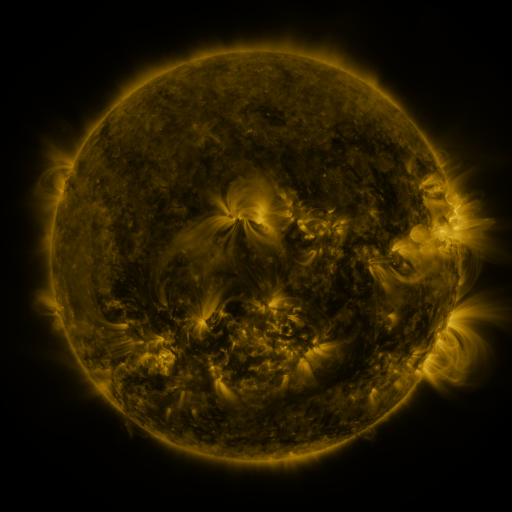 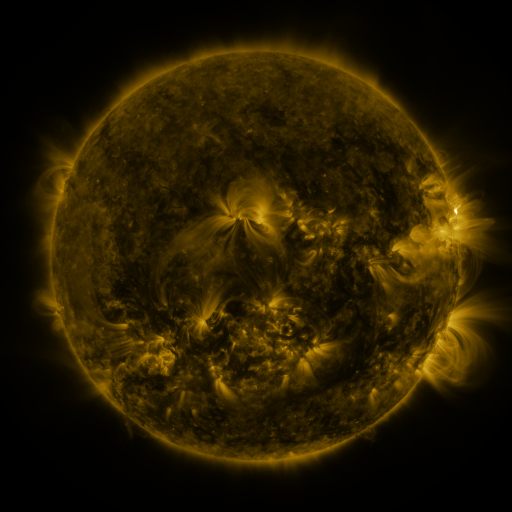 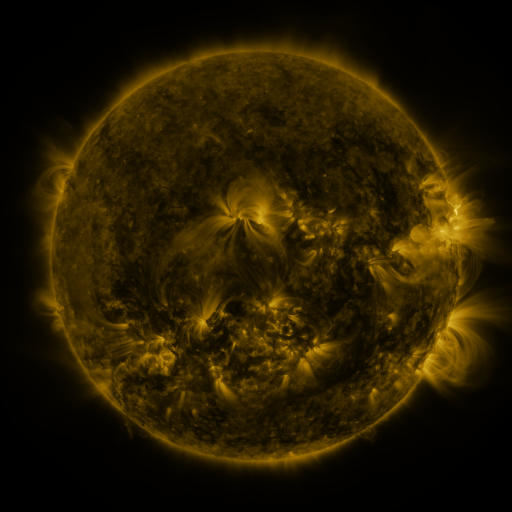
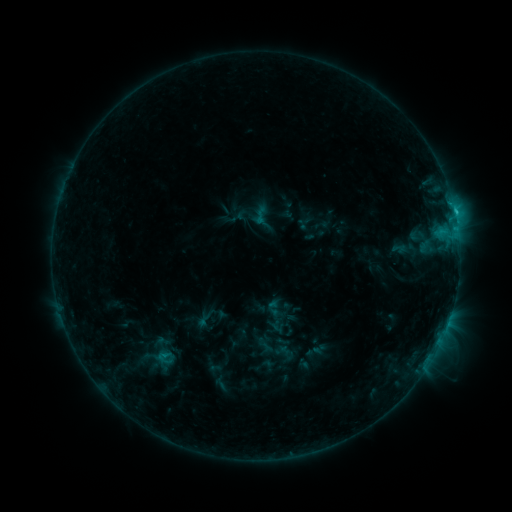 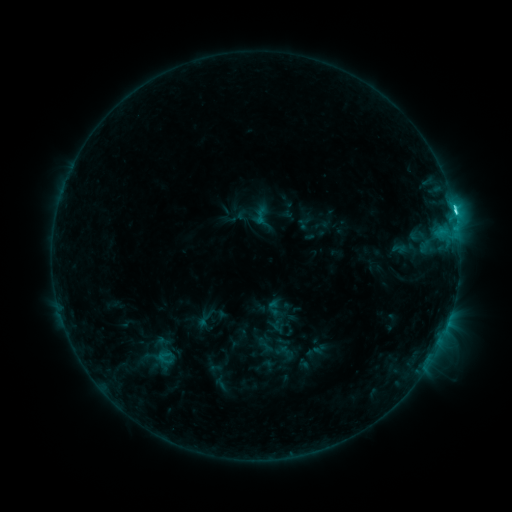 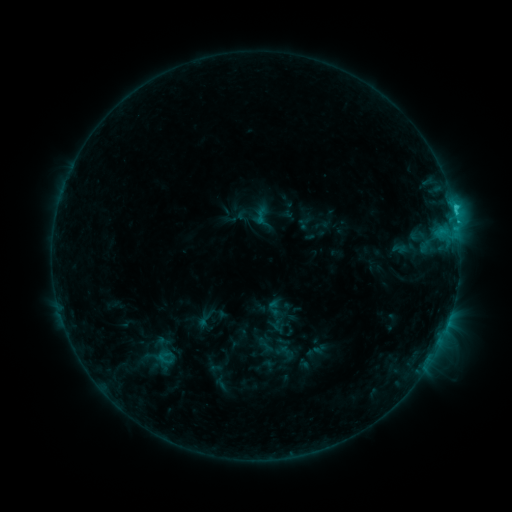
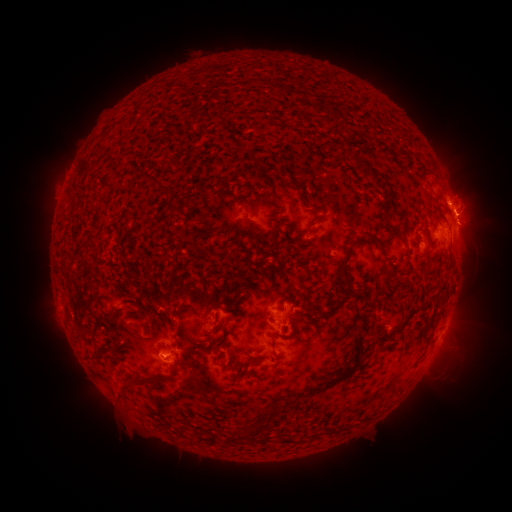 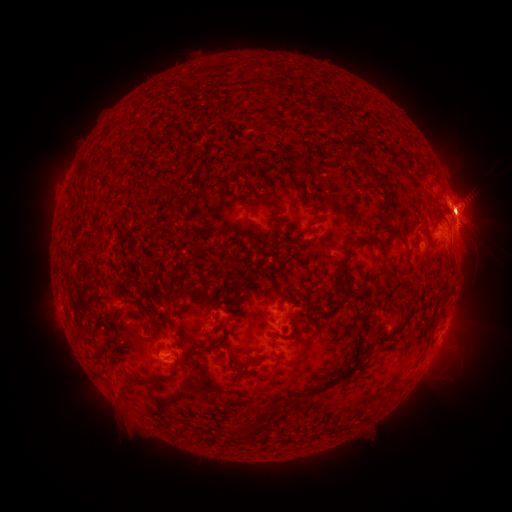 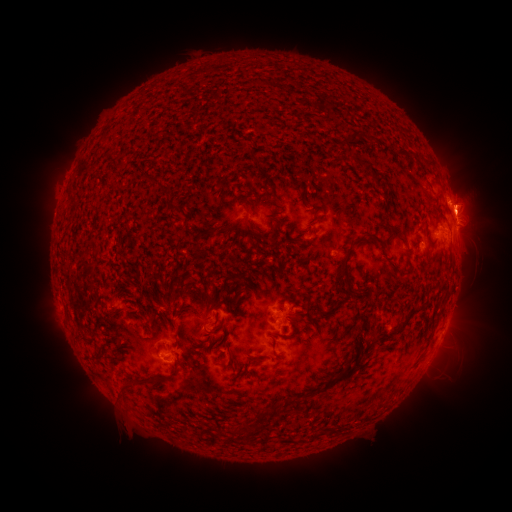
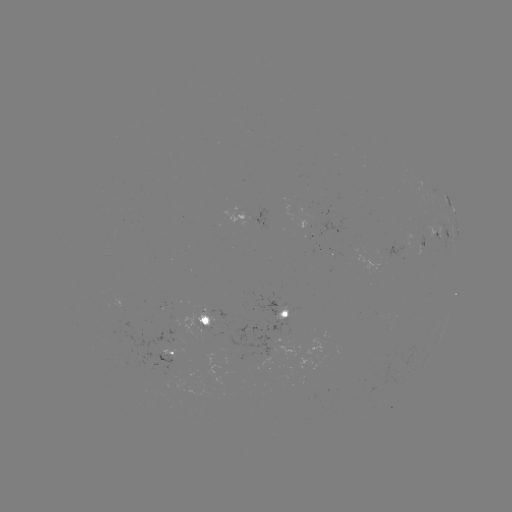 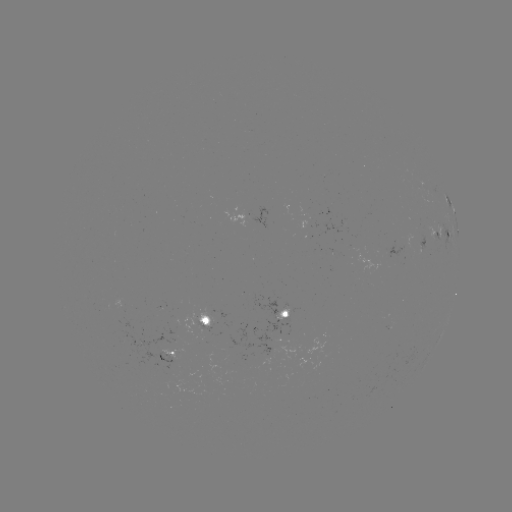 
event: flare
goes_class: C4.8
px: (454, 214)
